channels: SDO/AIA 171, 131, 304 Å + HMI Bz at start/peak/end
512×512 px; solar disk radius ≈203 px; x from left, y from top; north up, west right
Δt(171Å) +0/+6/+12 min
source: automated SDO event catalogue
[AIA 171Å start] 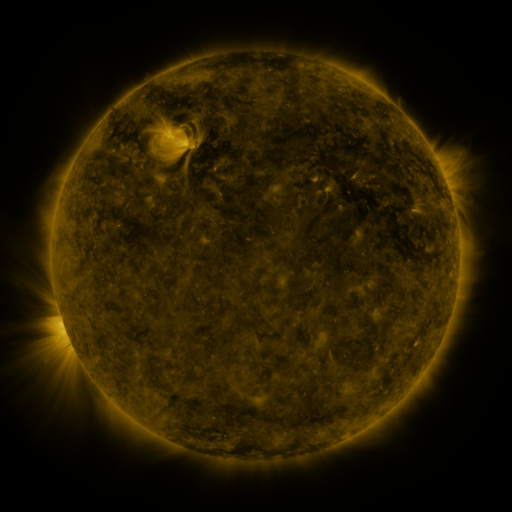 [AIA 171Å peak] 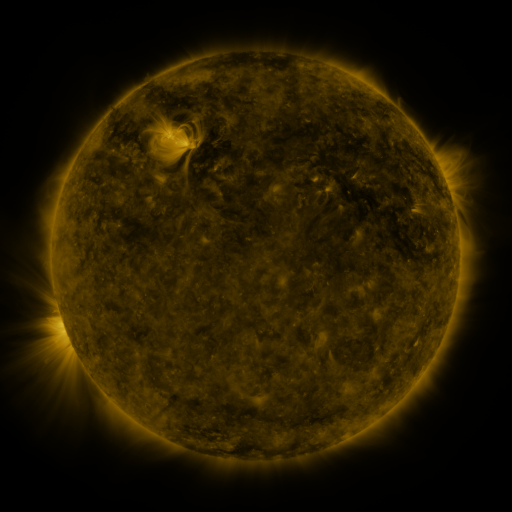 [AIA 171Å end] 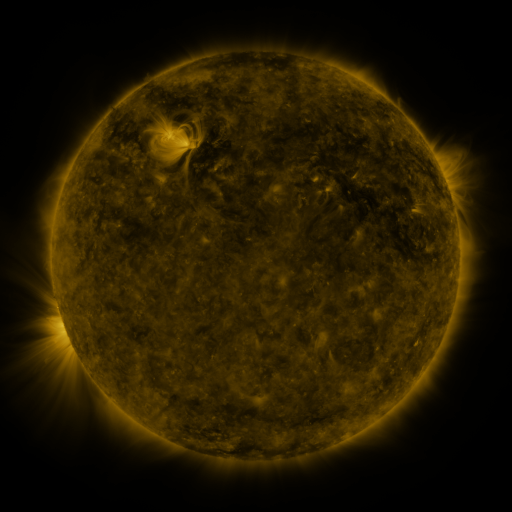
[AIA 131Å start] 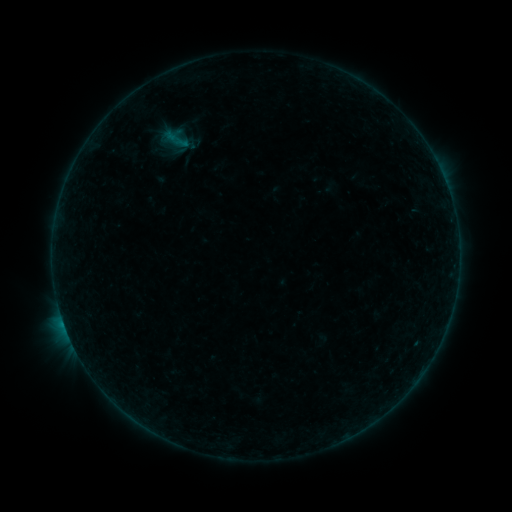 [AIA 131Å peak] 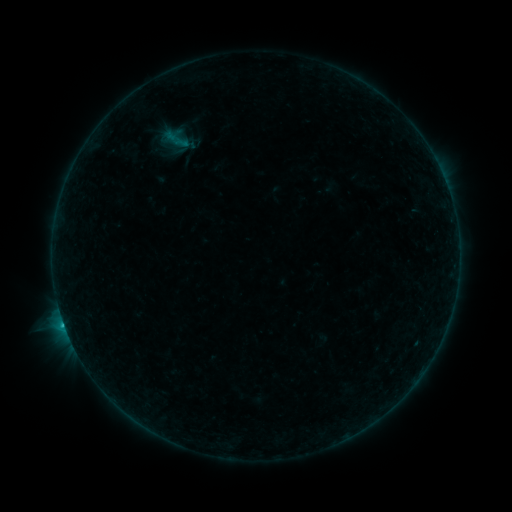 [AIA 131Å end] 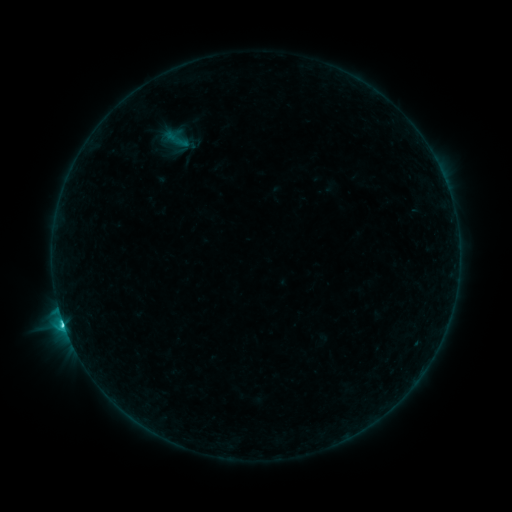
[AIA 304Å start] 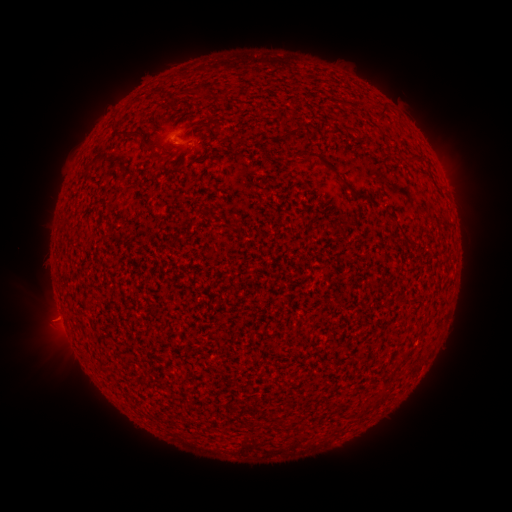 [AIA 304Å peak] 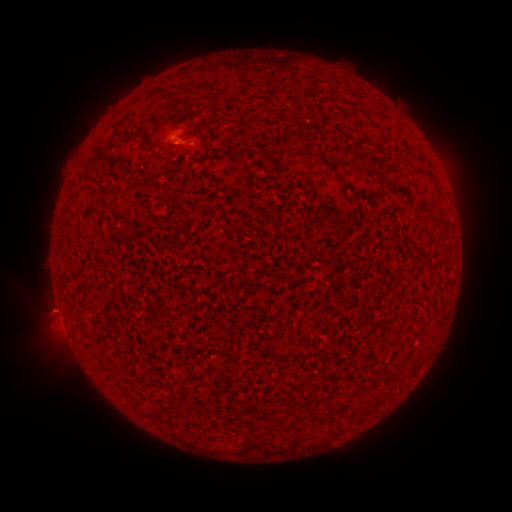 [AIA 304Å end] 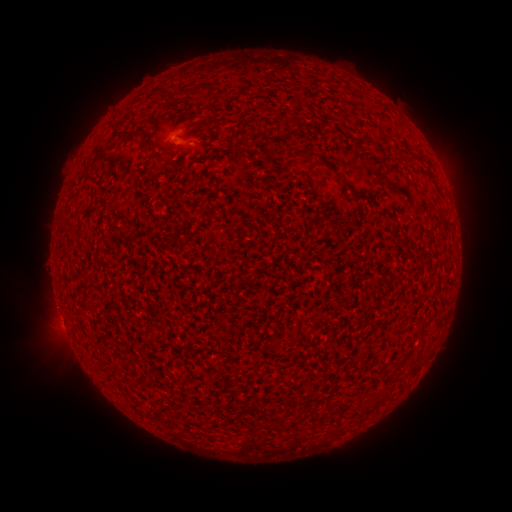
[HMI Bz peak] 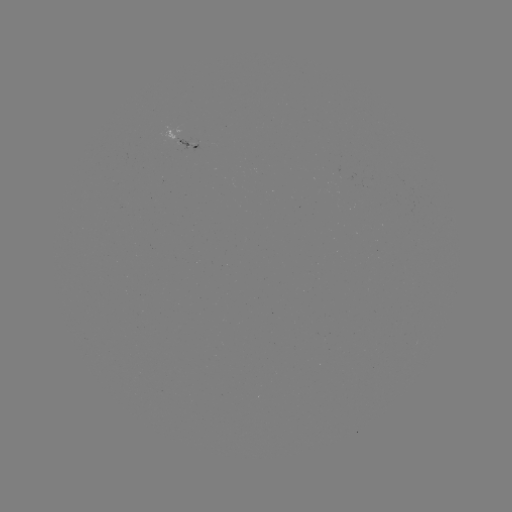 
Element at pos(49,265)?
eruption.